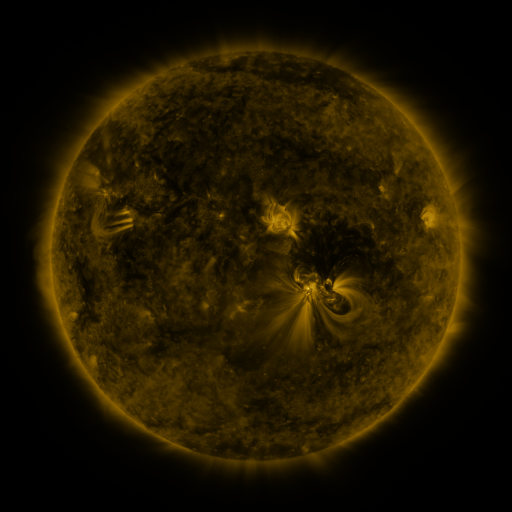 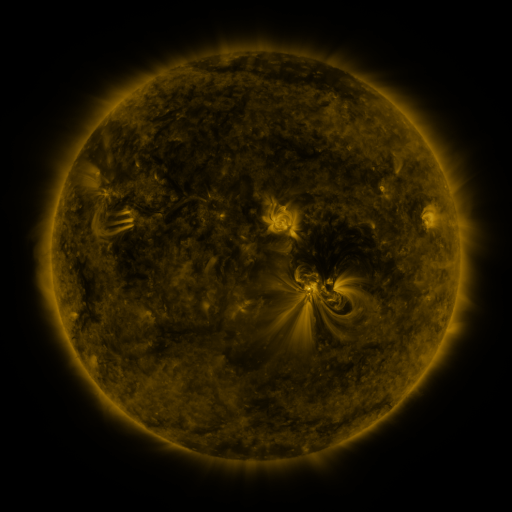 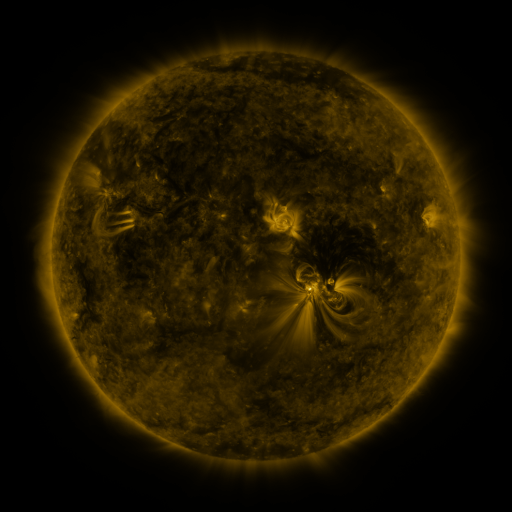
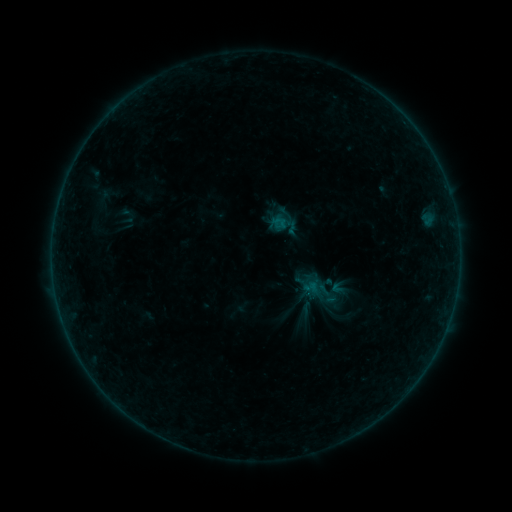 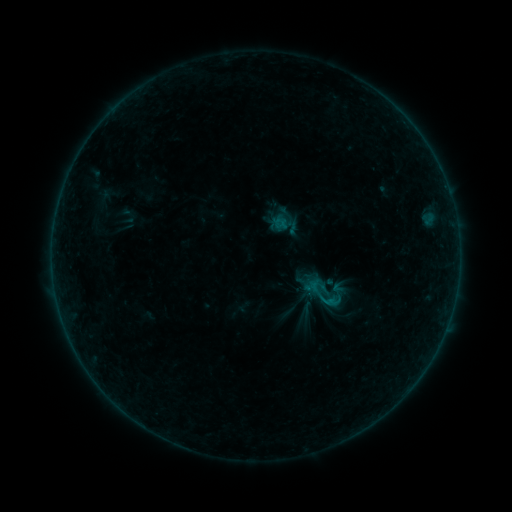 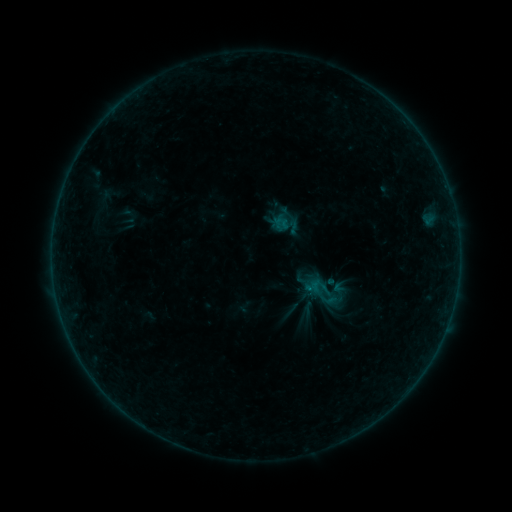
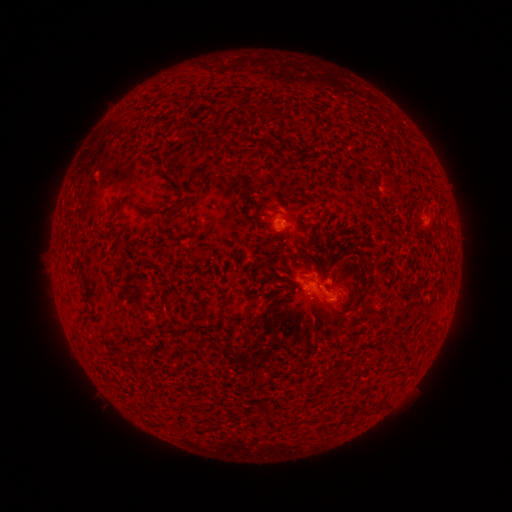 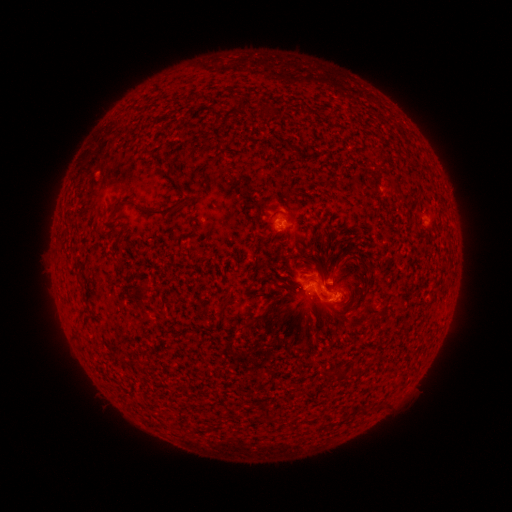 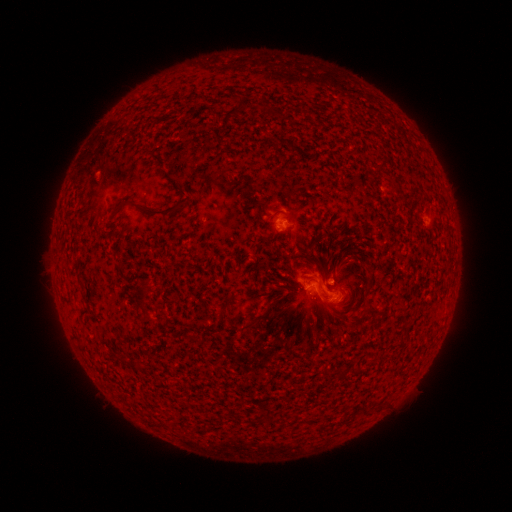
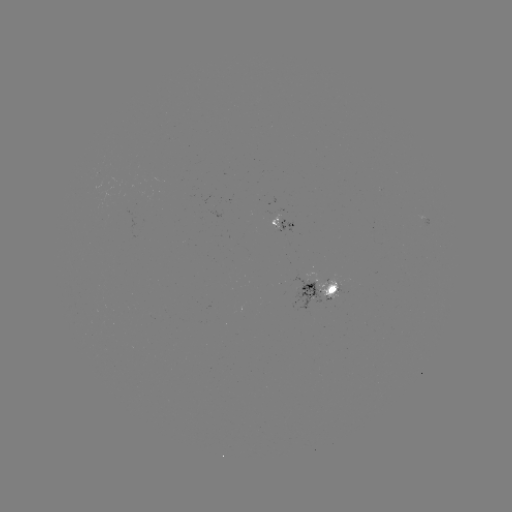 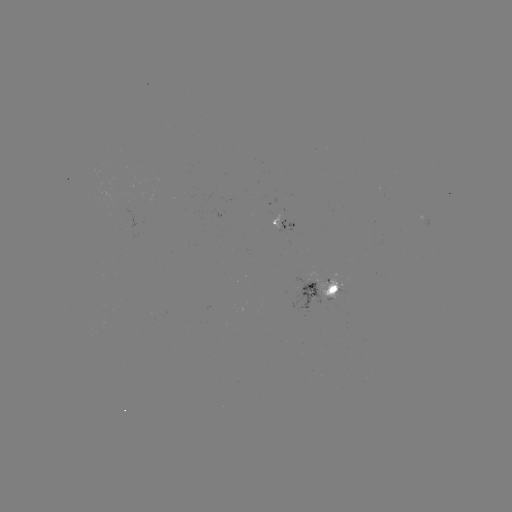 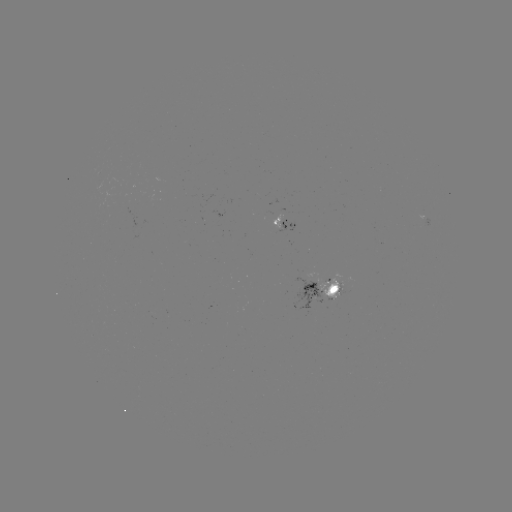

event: flare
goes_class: B5.5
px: (328, 301)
